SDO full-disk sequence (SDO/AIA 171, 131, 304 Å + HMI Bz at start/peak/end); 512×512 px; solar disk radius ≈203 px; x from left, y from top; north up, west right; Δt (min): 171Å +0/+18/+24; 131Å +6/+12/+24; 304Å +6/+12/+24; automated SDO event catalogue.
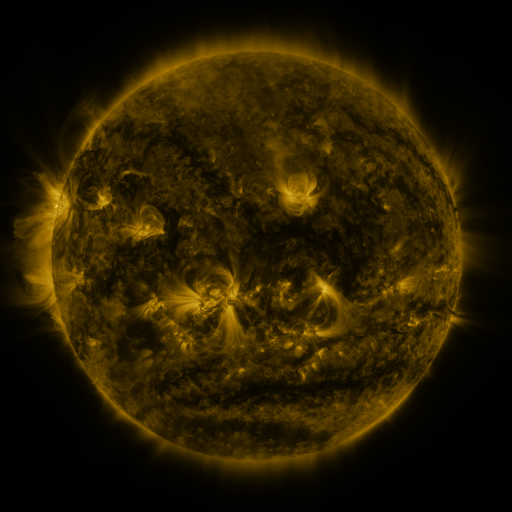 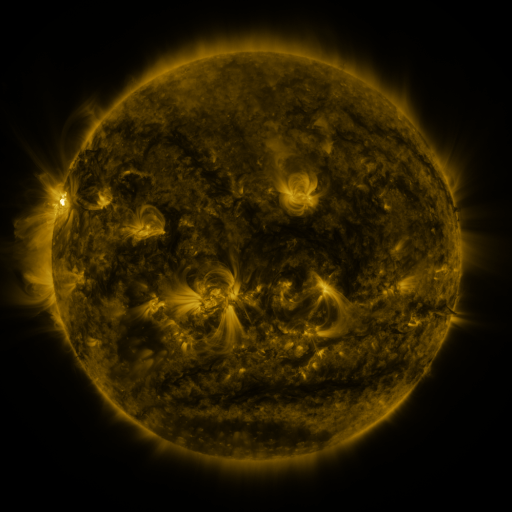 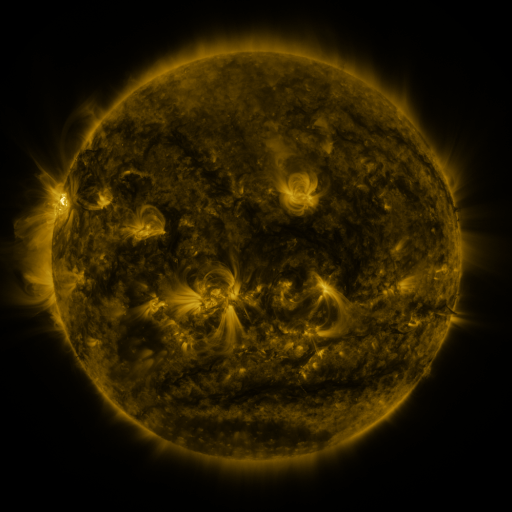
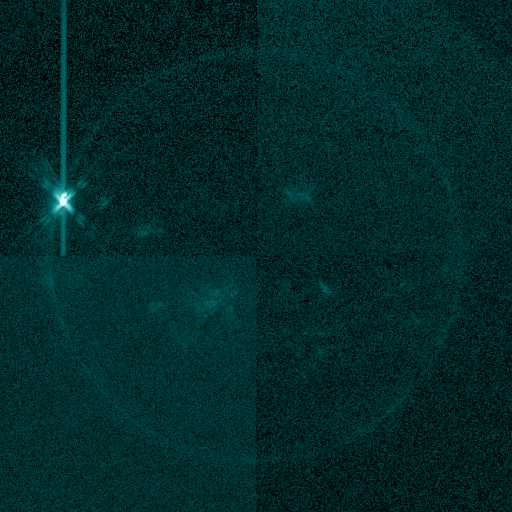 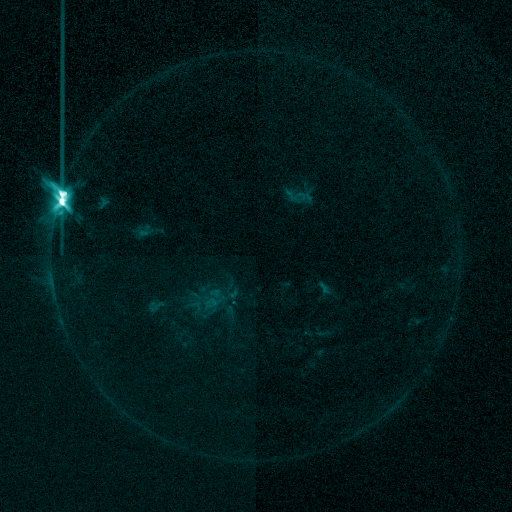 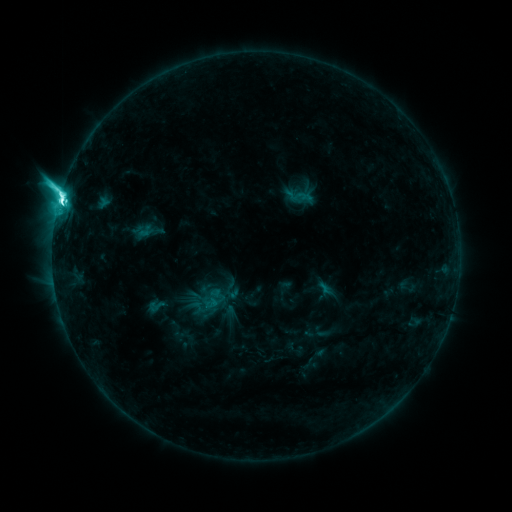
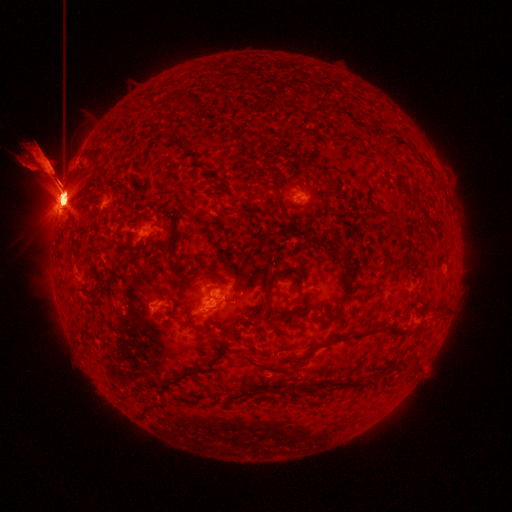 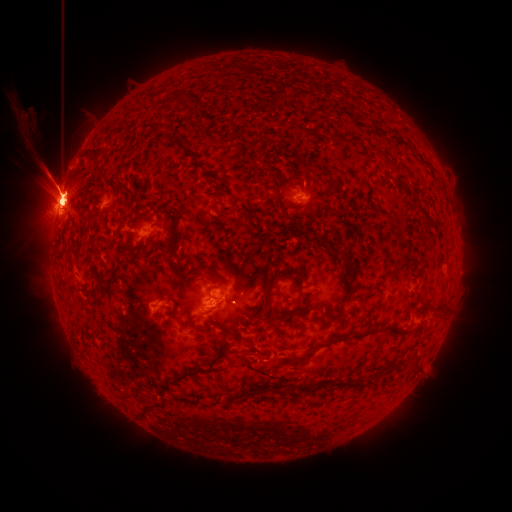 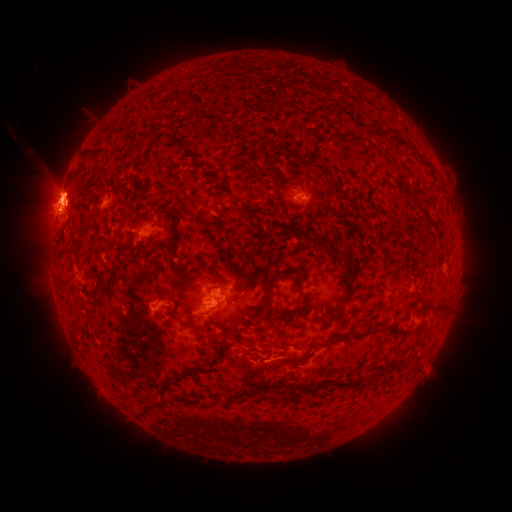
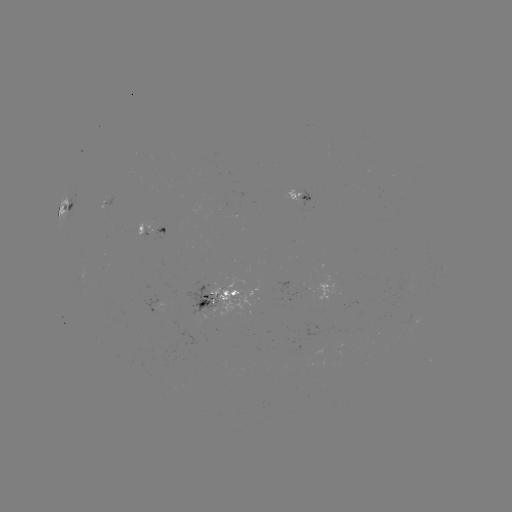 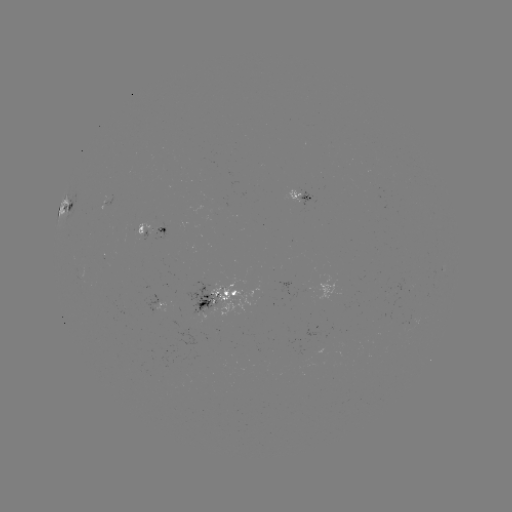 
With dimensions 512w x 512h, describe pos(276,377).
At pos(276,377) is eruption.